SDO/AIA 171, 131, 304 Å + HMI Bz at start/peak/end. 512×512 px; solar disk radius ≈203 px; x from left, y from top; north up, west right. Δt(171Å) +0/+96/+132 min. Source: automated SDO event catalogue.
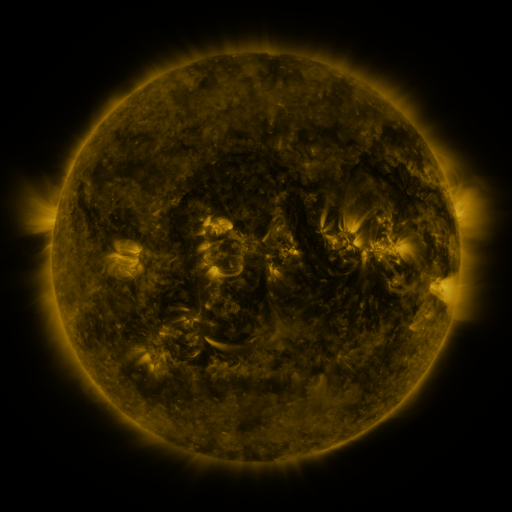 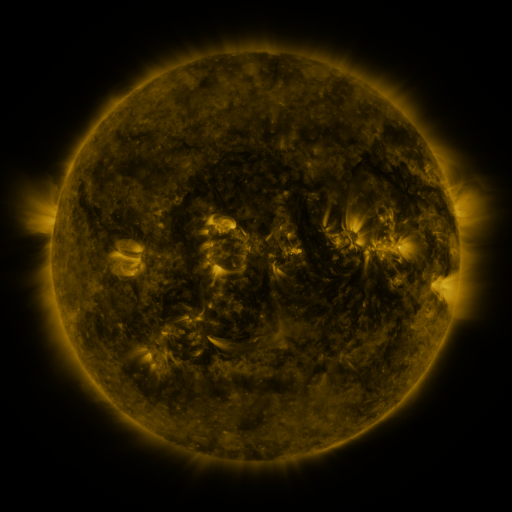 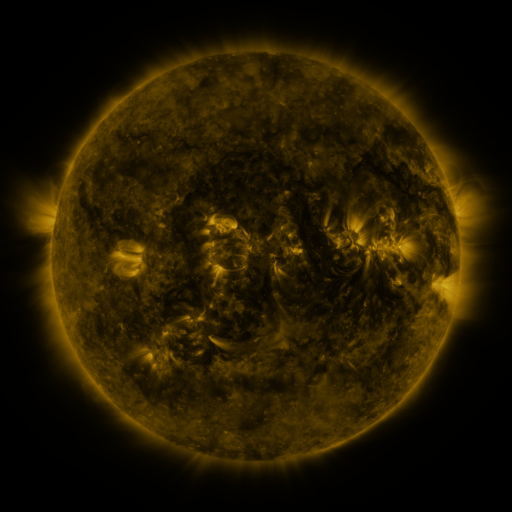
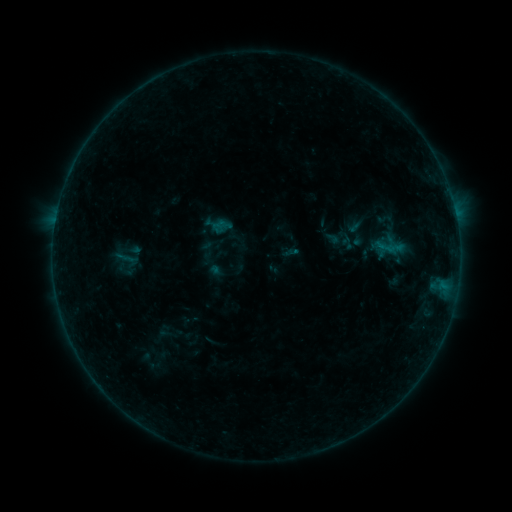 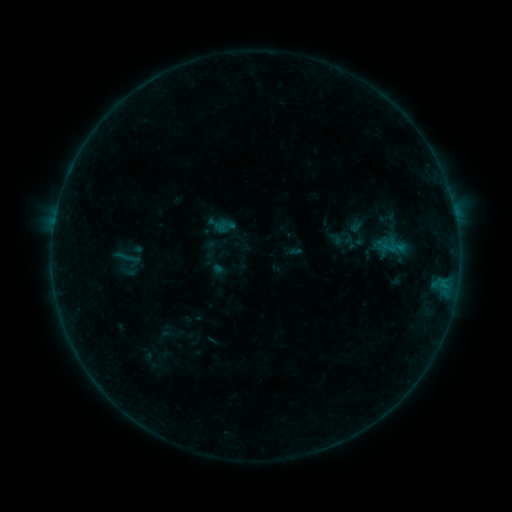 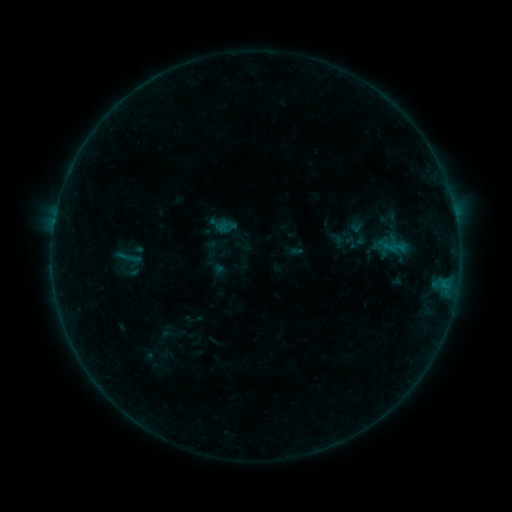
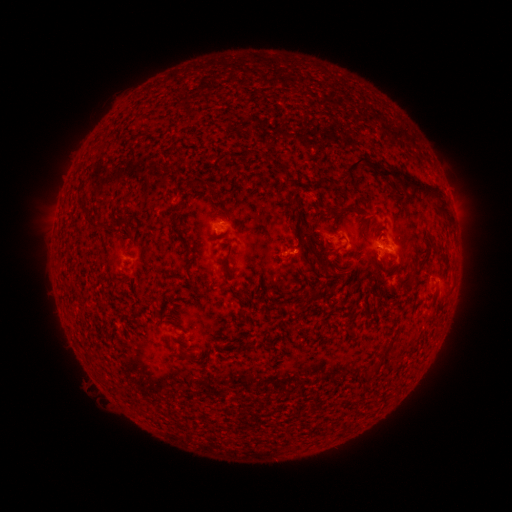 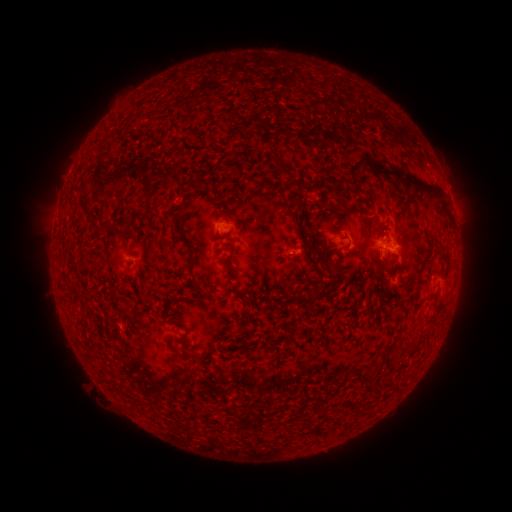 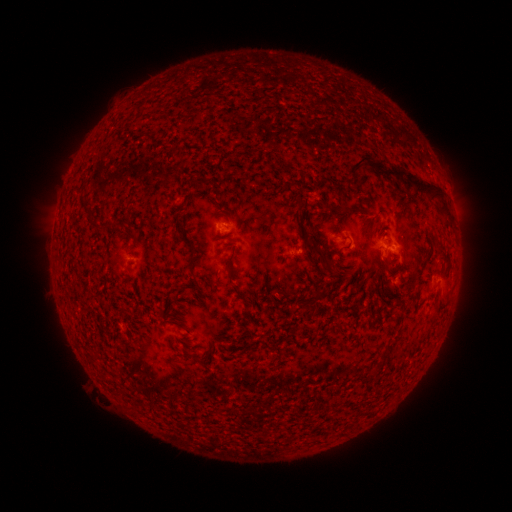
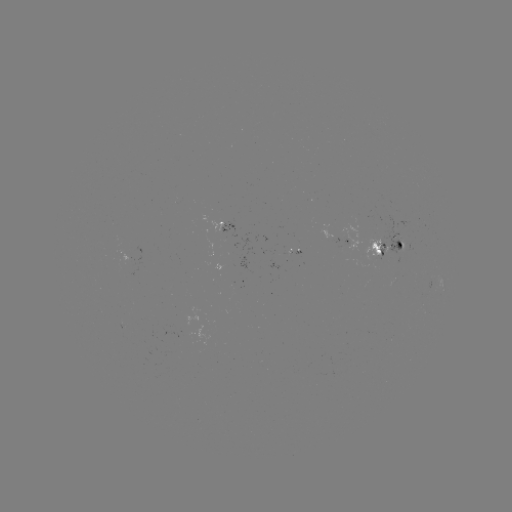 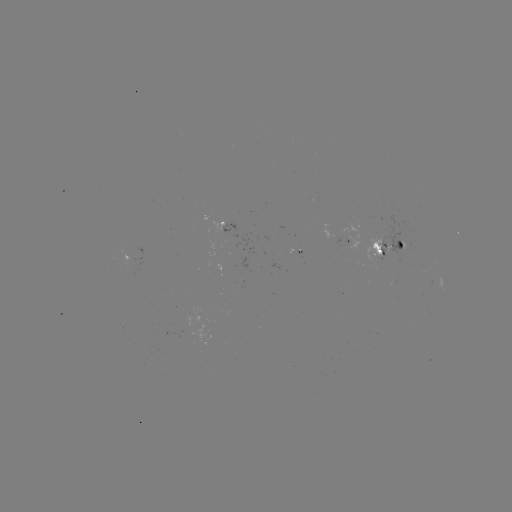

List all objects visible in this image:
emerging-flux region: (378, 249)
